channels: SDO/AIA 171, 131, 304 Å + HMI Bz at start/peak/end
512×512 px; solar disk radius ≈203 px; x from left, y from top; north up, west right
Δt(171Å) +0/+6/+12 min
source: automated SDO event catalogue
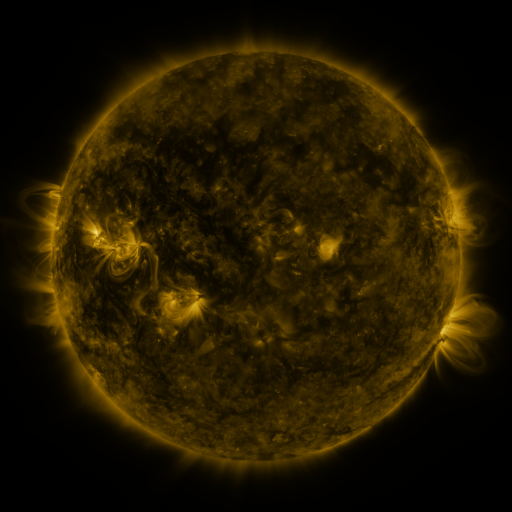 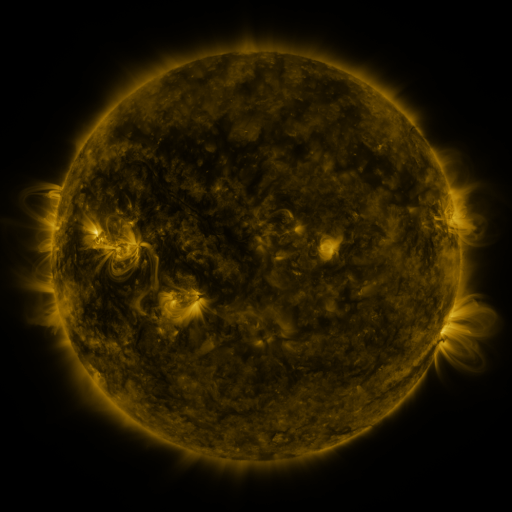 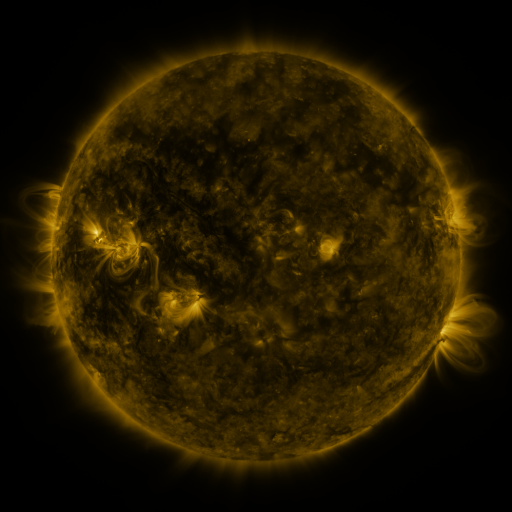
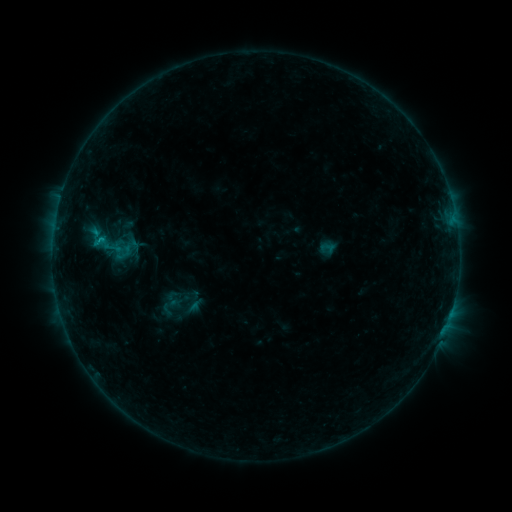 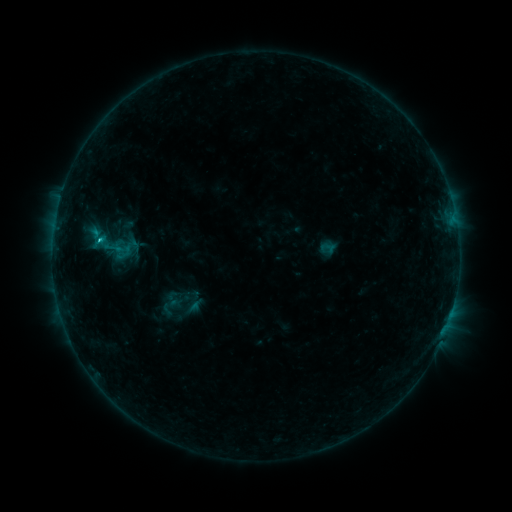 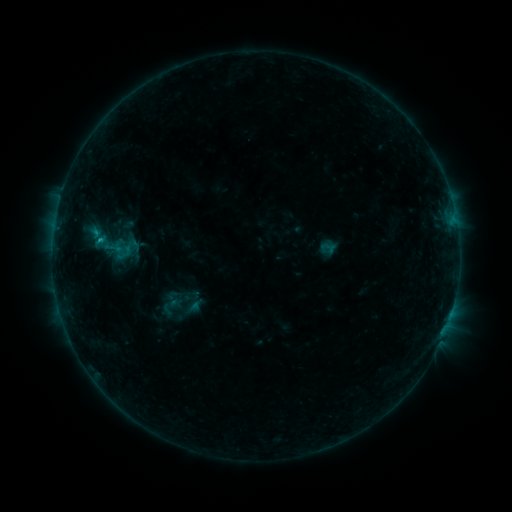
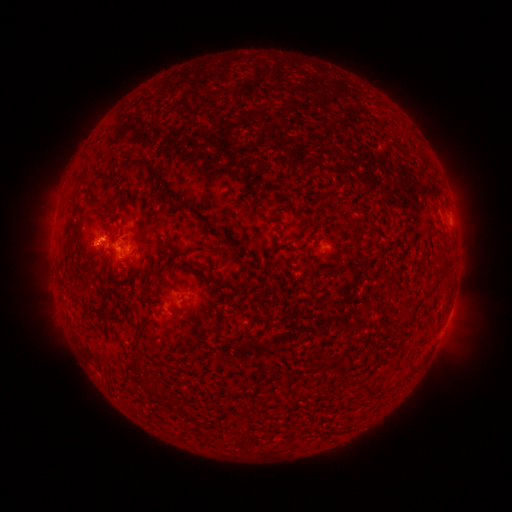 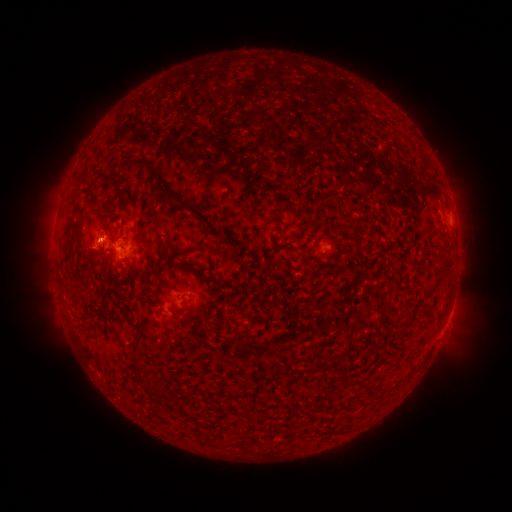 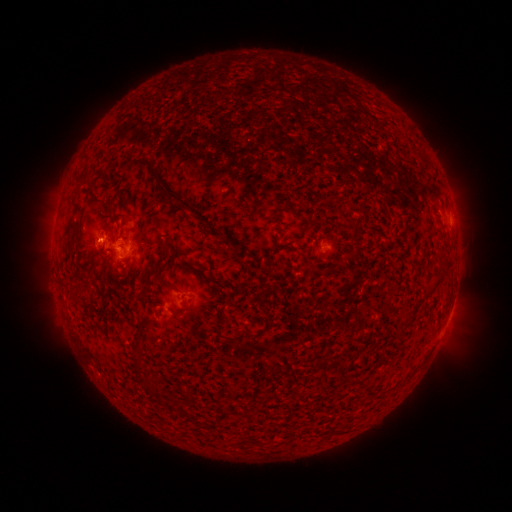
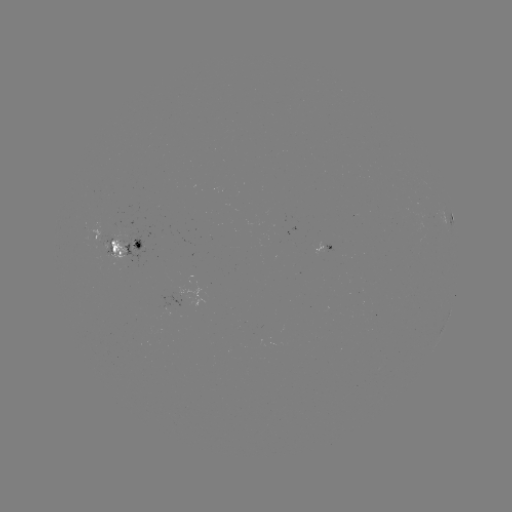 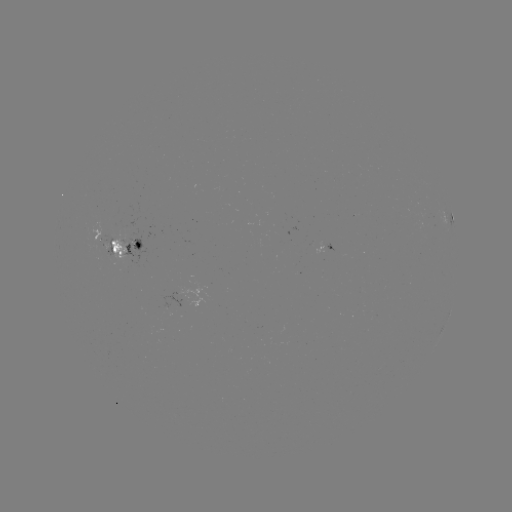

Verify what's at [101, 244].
B7.1 flare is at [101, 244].